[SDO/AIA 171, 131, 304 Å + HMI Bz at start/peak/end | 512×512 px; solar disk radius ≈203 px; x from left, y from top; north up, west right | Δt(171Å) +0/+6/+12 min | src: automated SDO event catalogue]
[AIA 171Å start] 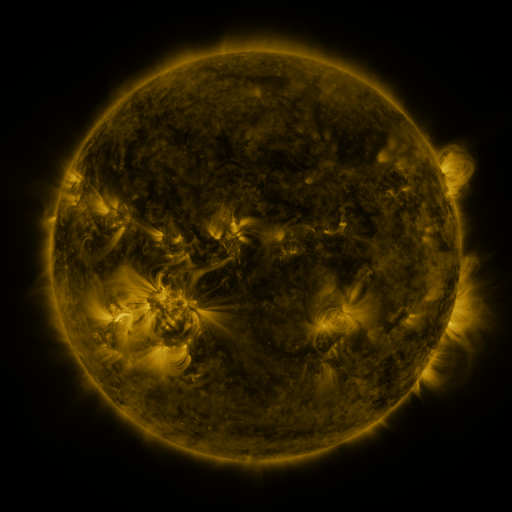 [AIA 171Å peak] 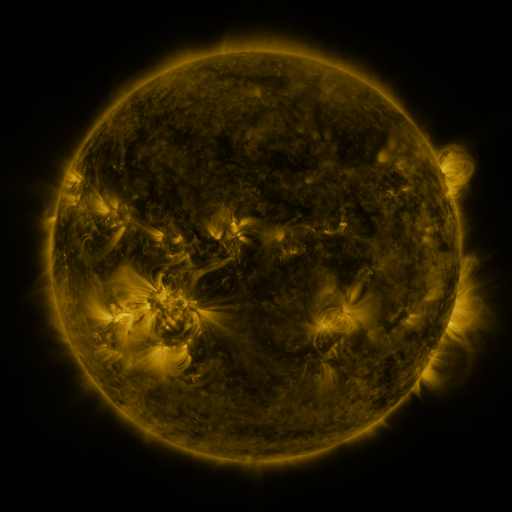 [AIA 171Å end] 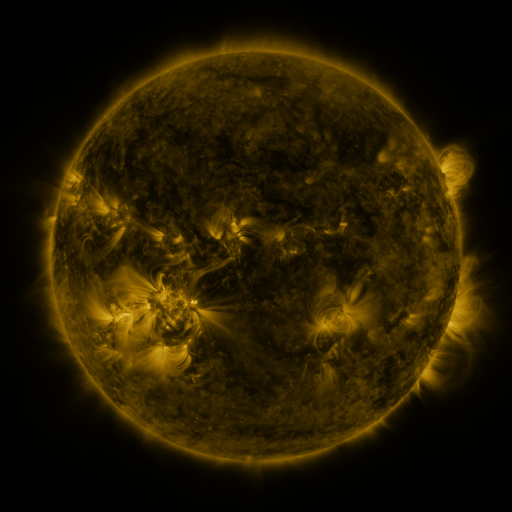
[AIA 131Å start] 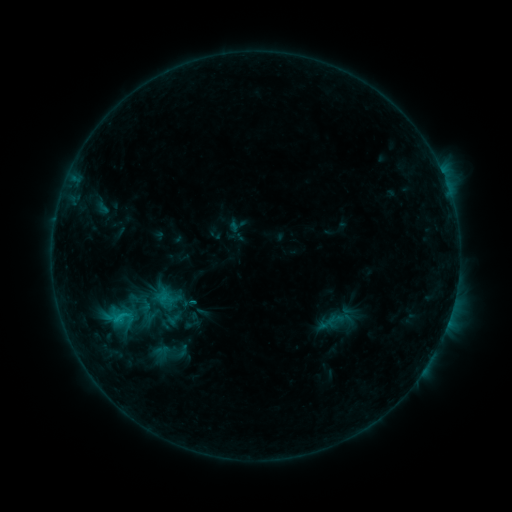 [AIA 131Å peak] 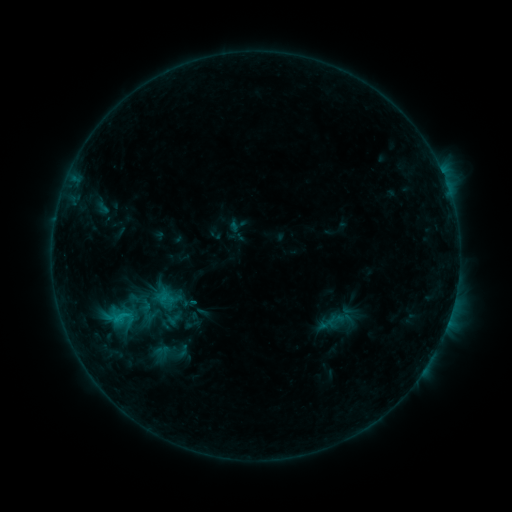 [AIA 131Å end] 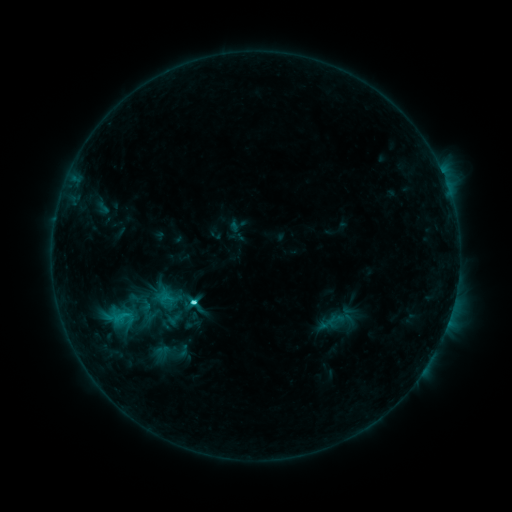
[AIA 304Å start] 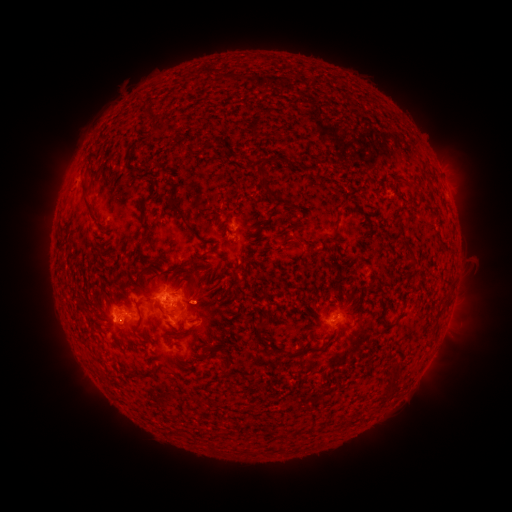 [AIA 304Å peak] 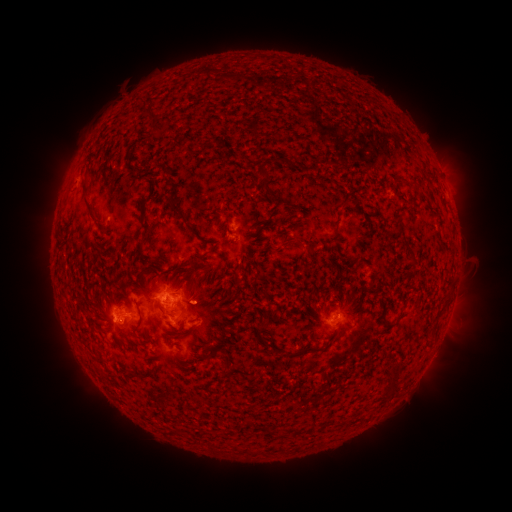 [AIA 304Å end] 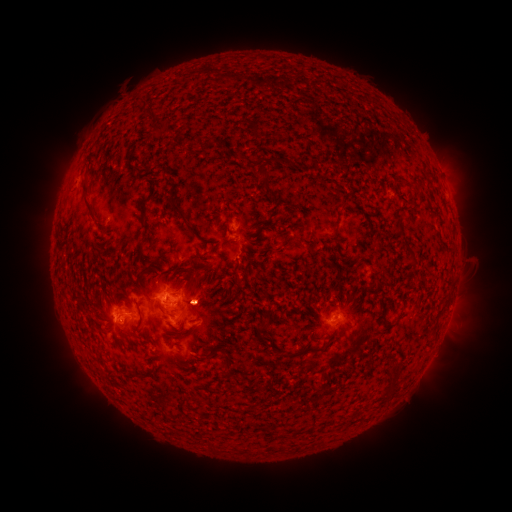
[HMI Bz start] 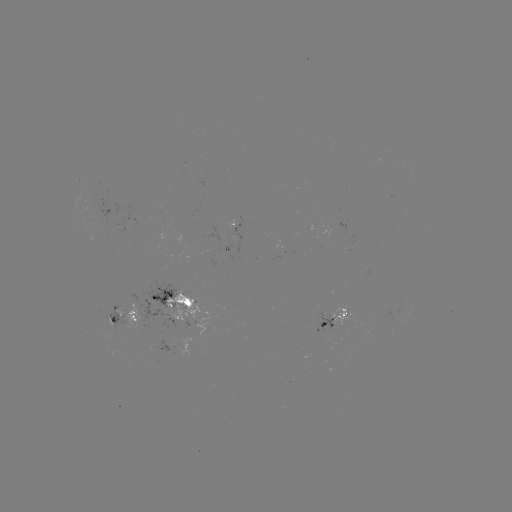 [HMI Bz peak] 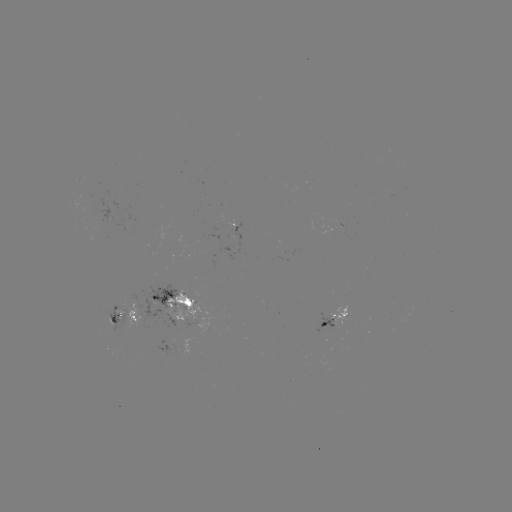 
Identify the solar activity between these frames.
C4.1 flare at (193, 299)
